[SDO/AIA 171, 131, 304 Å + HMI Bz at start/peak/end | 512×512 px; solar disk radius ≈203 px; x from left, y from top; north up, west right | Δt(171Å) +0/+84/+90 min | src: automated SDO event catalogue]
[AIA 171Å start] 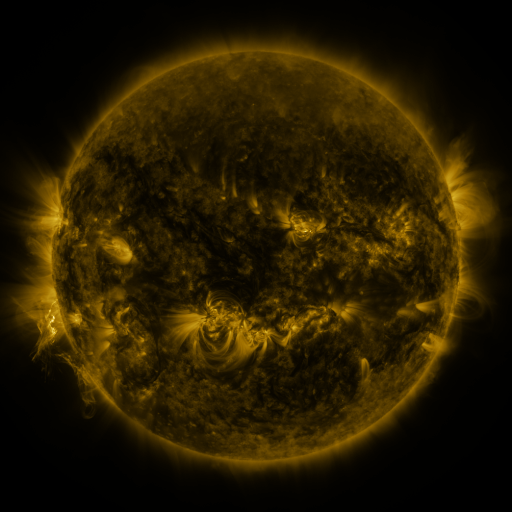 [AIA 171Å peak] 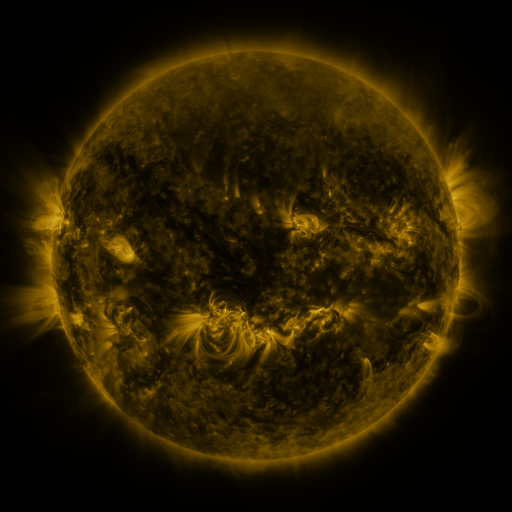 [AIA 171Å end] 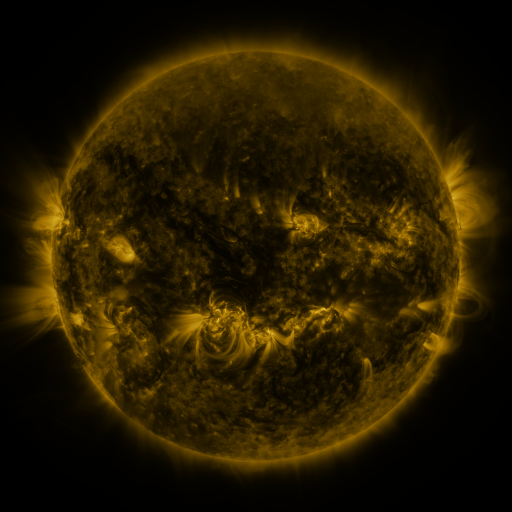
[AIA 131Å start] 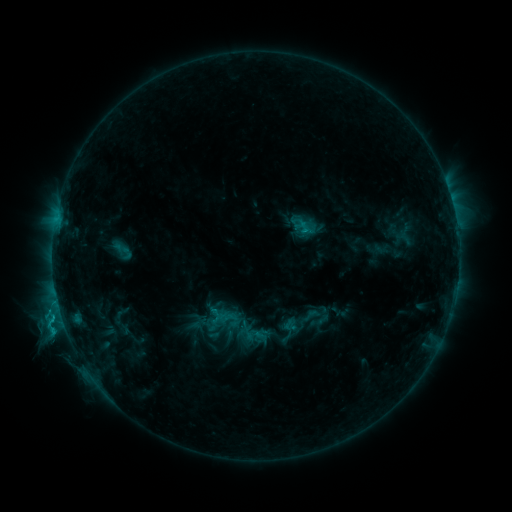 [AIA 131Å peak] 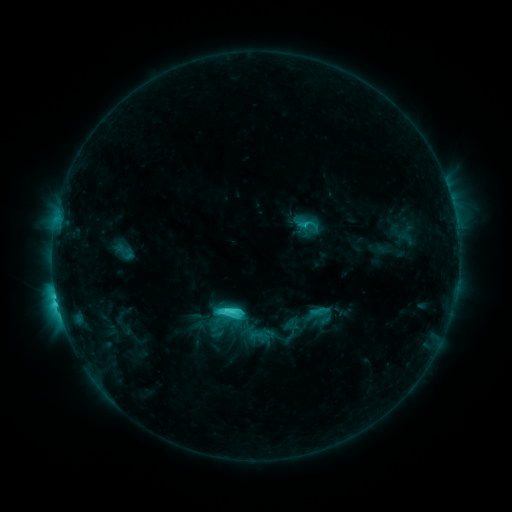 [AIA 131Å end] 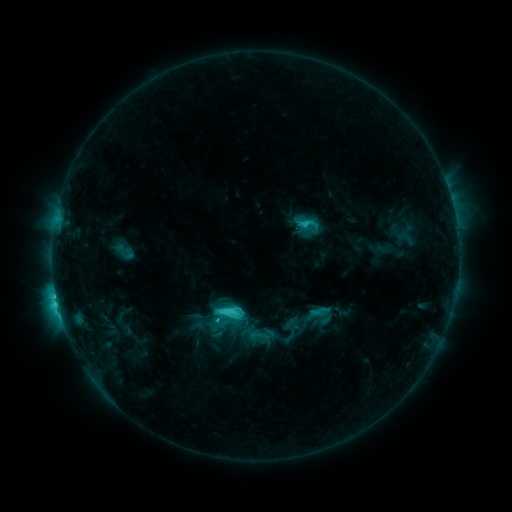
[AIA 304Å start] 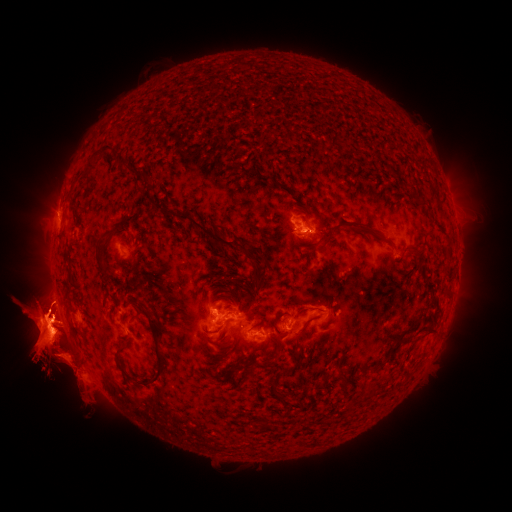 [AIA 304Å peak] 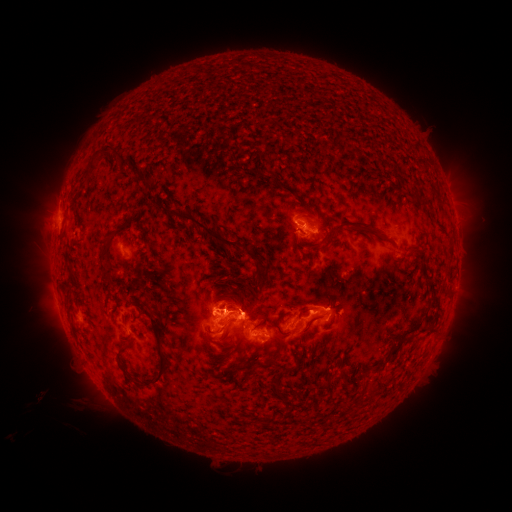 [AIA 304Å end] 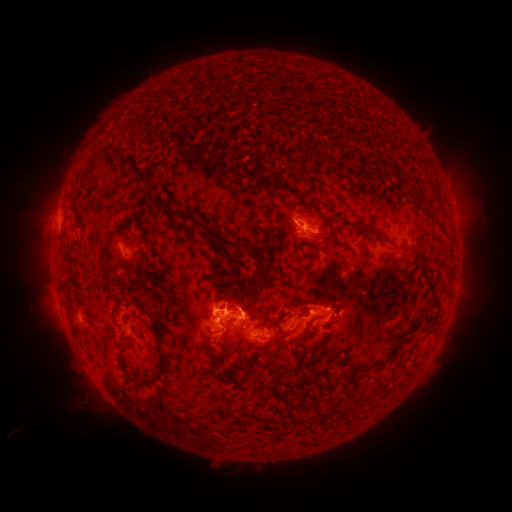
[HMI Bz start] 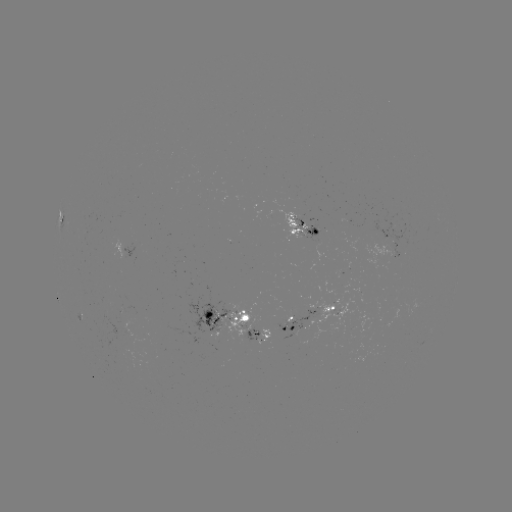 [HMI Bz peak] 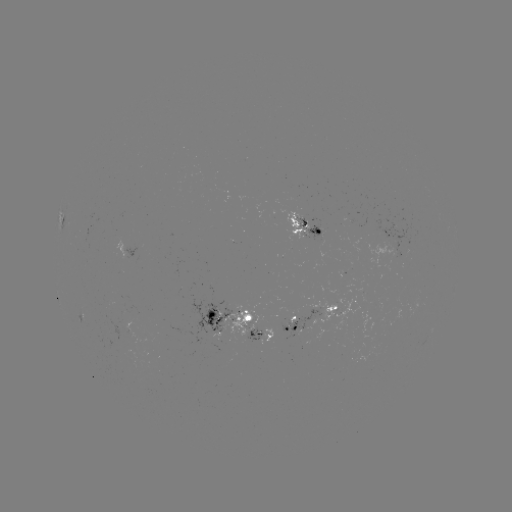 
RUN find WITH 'C8.6 flare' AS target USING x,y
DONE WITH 227,308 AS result